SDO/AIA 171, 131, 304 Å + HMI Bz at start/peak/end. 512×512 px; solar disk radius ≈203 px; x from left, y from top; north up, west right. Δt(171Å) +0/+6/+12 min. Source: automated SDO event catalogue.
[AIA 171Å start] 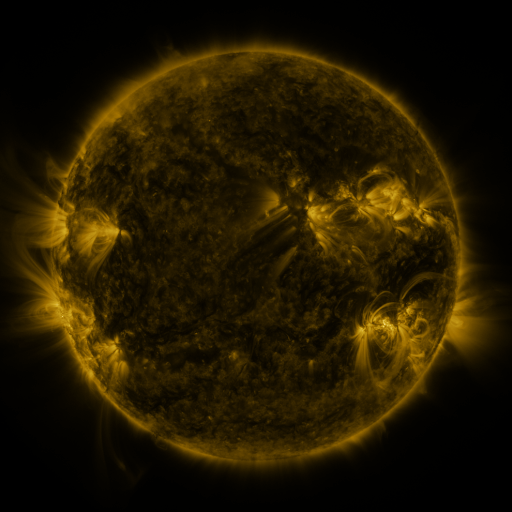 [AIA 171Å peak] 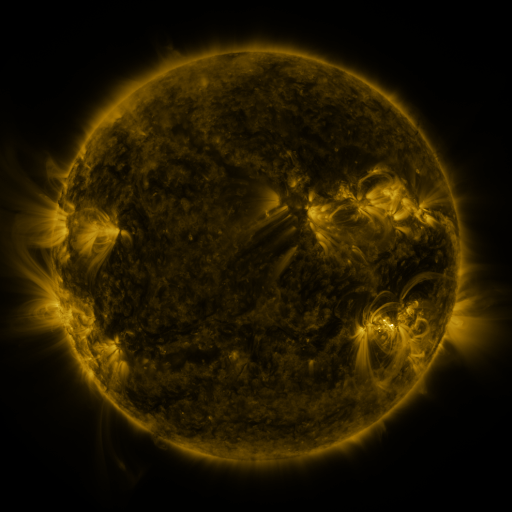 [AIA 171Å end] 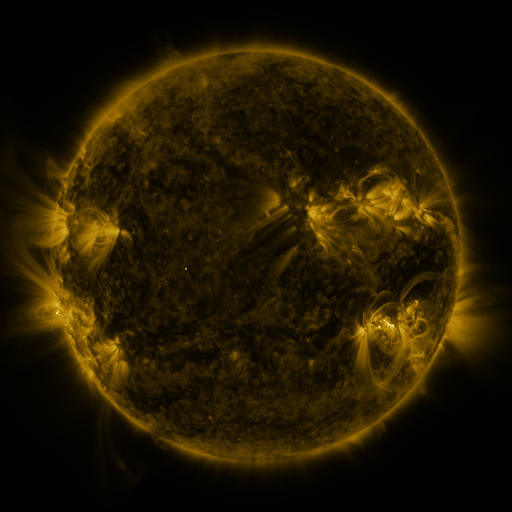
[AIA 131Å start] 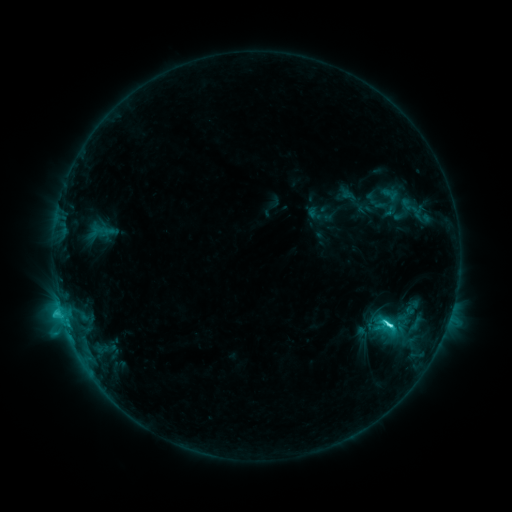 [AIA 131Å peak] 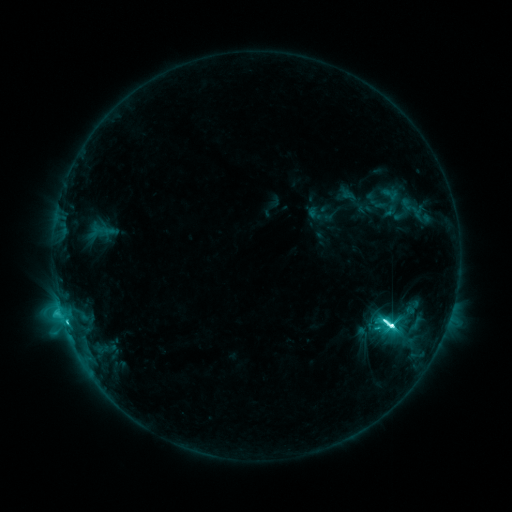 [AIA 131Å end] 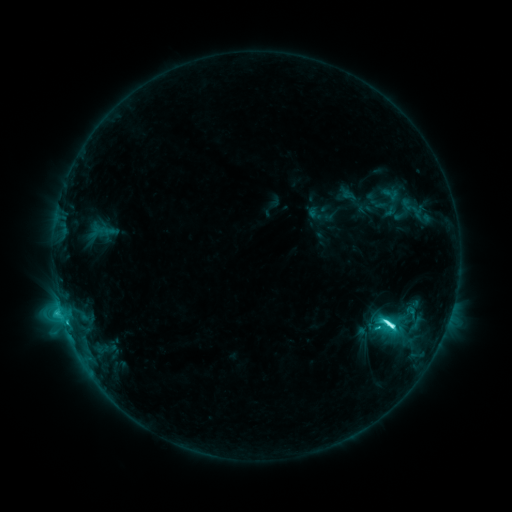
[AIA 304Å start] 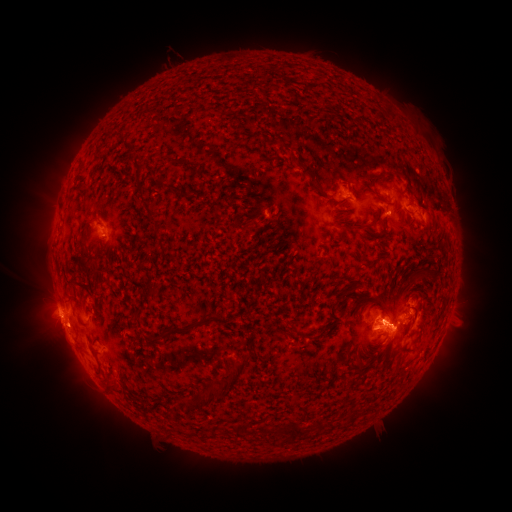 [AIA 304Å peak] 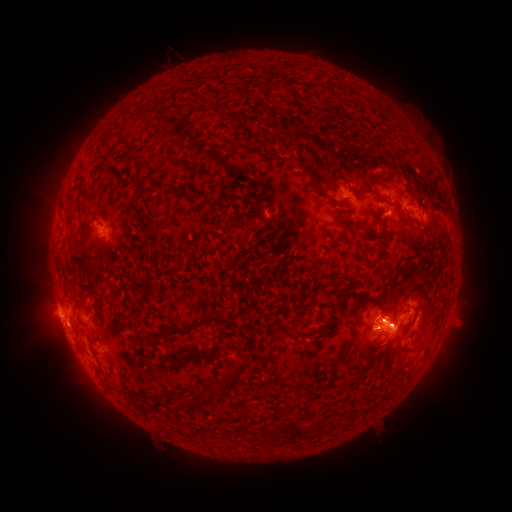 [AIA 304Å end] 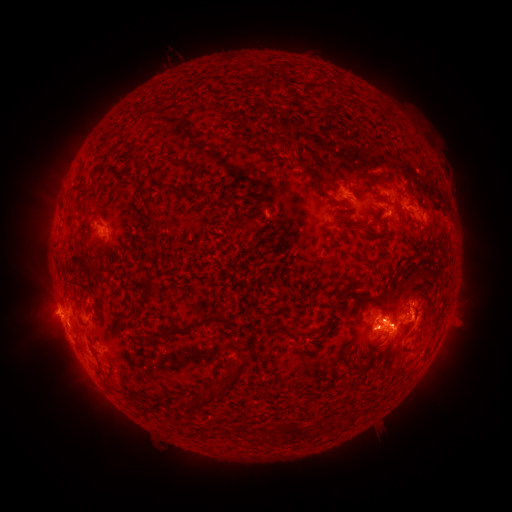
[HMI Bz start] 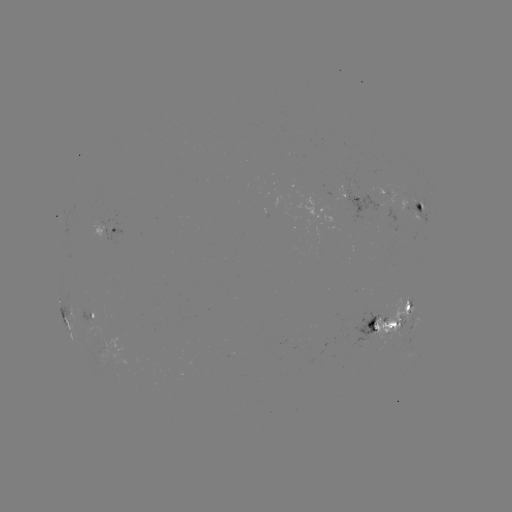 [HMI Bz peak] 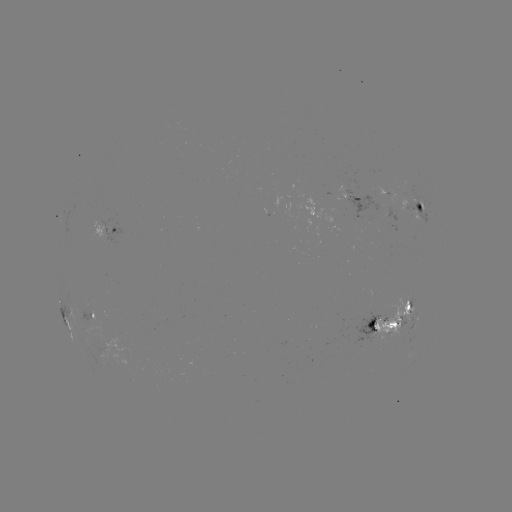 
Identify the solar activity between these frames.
M1.5 flare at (253, 459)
